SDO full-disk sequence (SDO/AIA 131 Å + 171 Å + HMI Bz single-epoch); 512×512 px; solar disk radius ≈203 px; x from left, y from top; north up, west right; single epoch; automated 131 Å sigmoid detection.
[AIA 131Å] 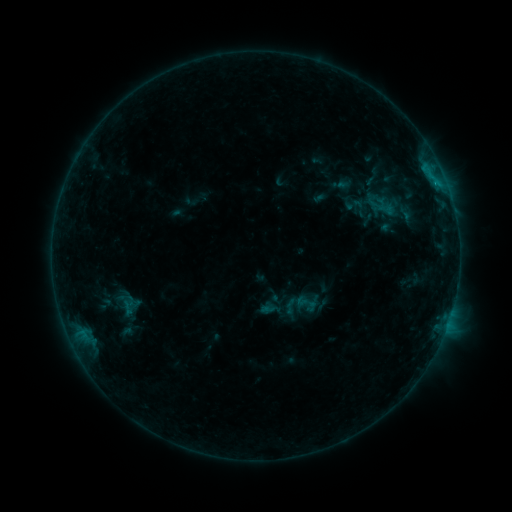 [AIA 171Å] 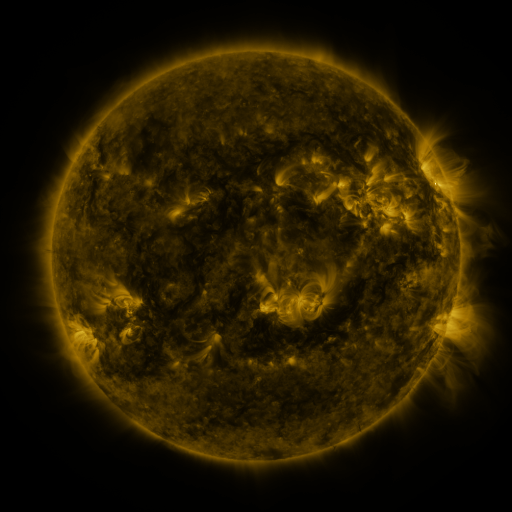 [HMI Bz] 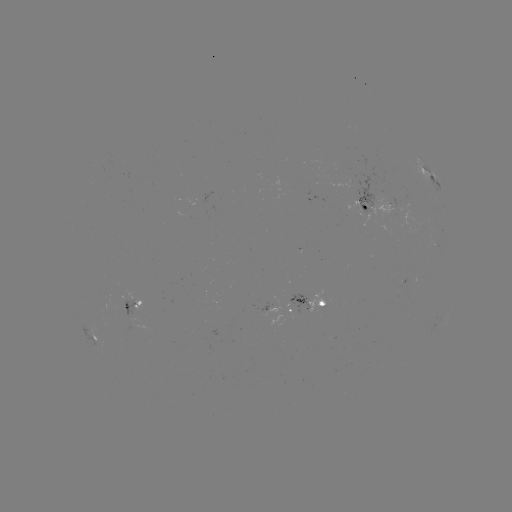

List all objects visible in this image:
sigmoid: [367, 194, 389, 214]
sigmoid: [281, 296, 300, 316]
